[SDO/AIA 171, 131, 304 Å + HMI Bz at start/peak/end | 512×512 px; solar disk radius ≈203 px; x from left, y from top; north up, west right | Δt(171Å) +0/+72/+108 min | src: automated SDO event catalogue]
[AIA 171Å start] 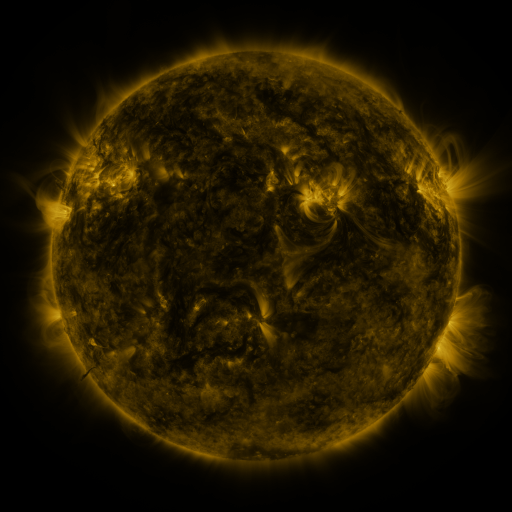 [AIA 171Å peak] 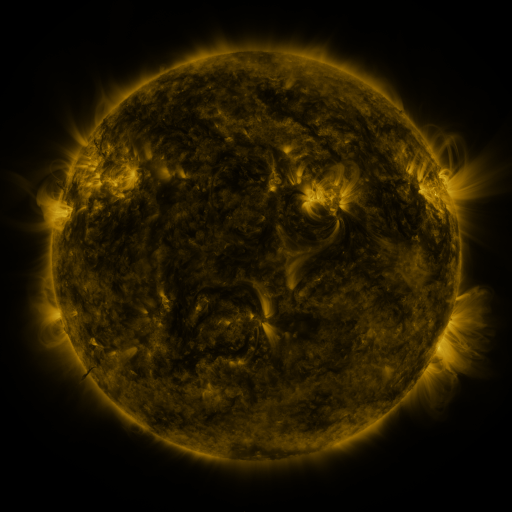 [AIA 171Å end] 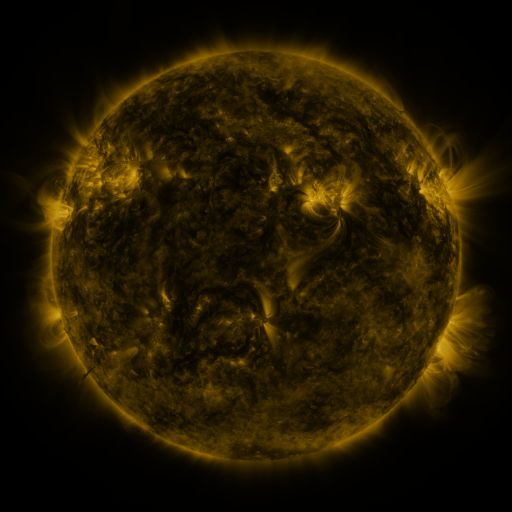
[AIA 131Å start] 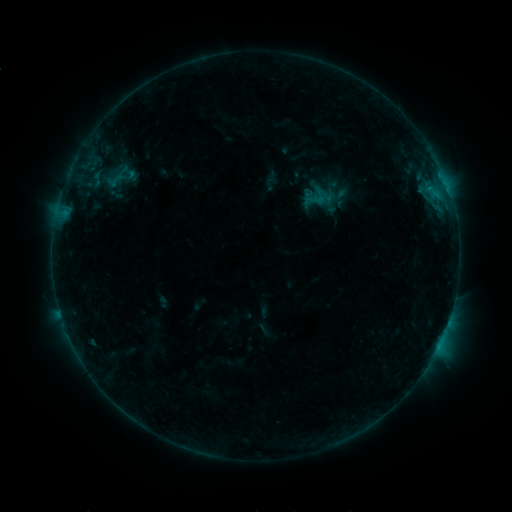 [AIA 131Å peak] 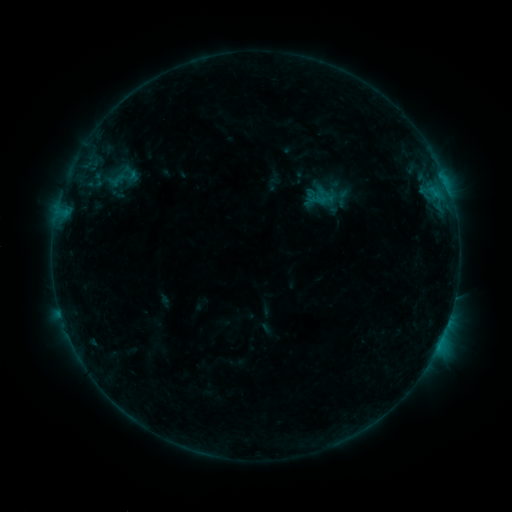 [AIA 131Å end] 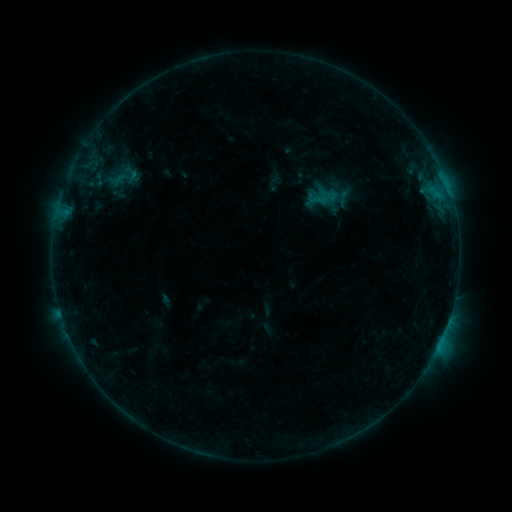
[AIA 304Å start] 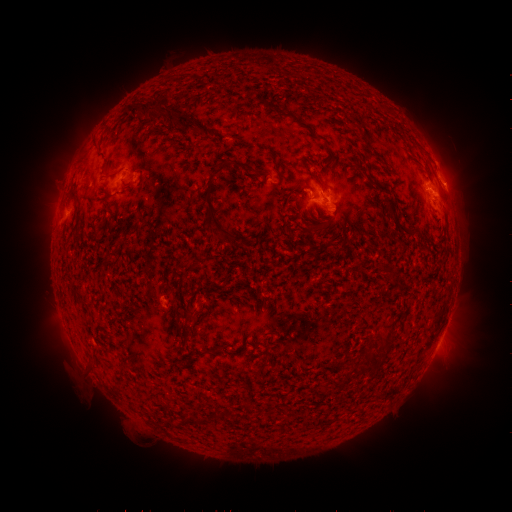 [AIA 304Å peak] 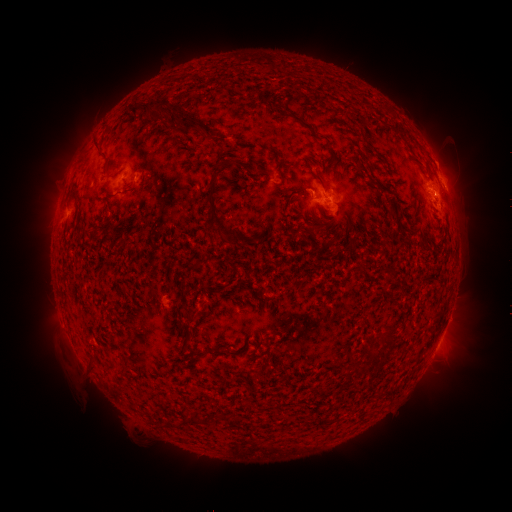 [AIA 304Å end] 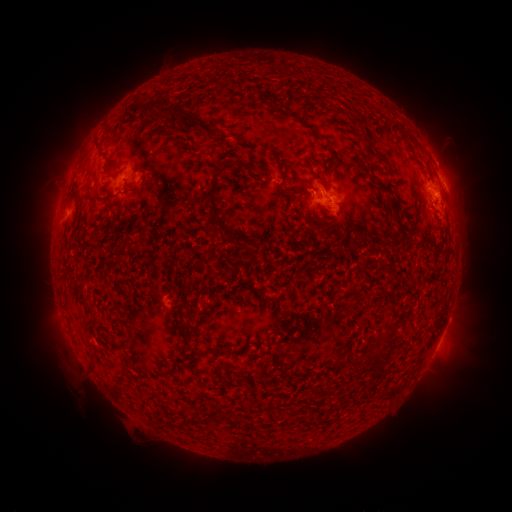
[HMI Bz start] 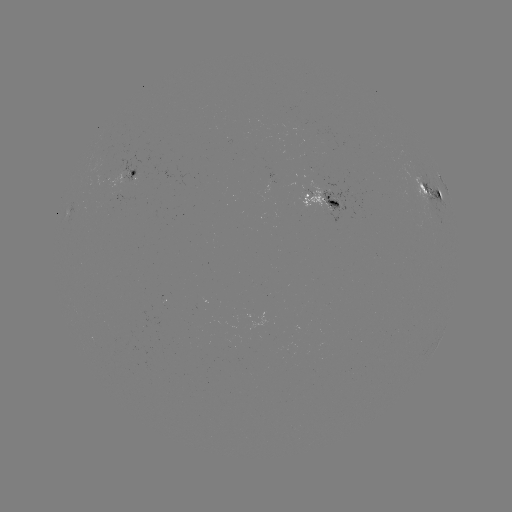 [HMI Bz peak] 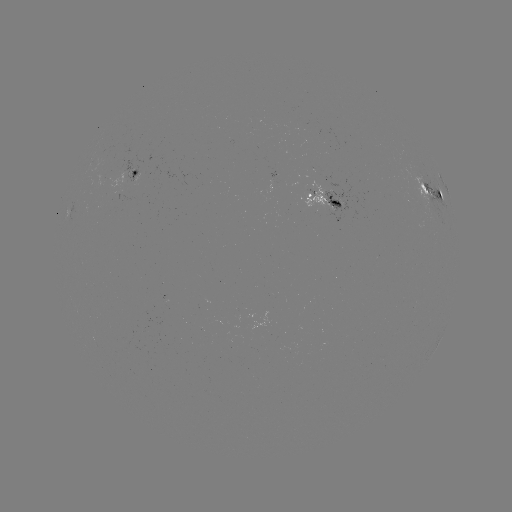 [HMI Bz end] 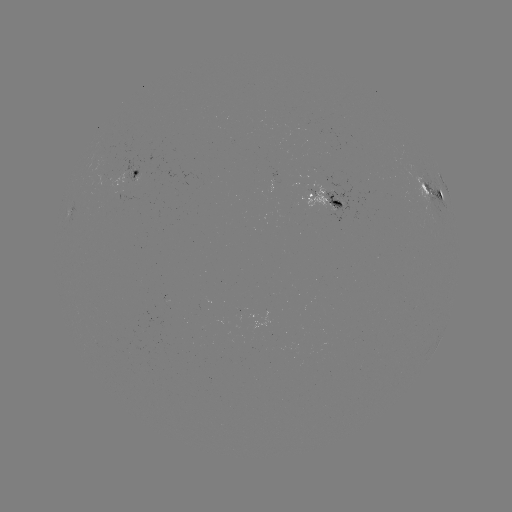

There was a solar emerging-flux region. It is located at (133, 179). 